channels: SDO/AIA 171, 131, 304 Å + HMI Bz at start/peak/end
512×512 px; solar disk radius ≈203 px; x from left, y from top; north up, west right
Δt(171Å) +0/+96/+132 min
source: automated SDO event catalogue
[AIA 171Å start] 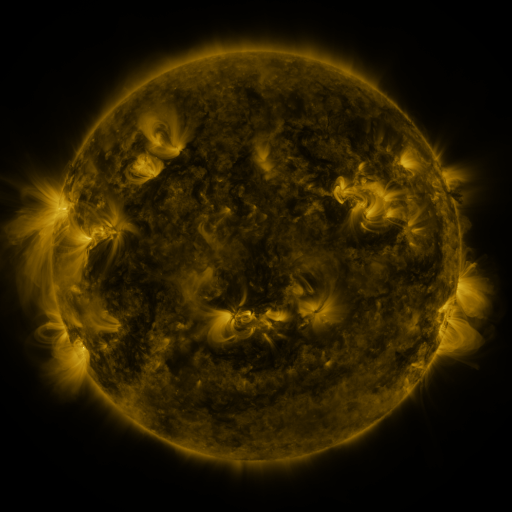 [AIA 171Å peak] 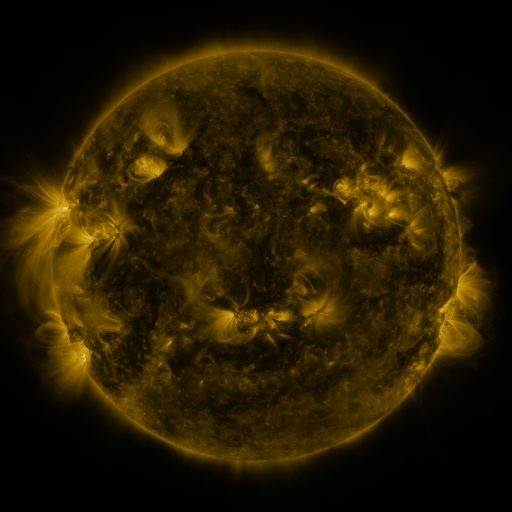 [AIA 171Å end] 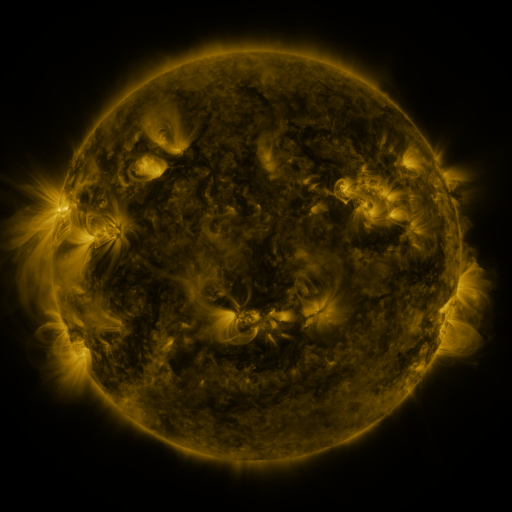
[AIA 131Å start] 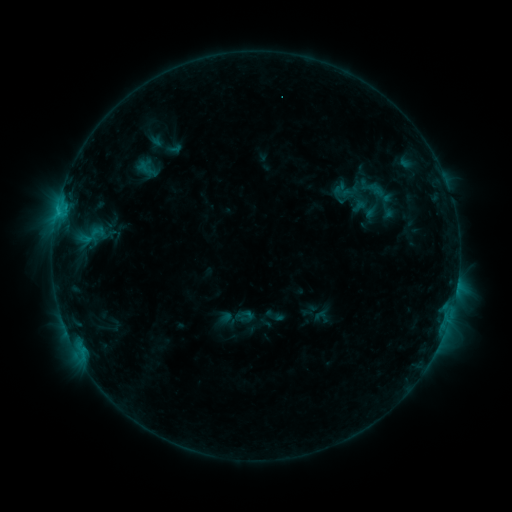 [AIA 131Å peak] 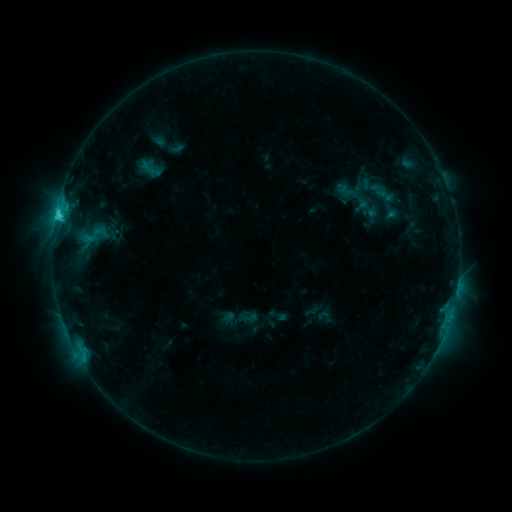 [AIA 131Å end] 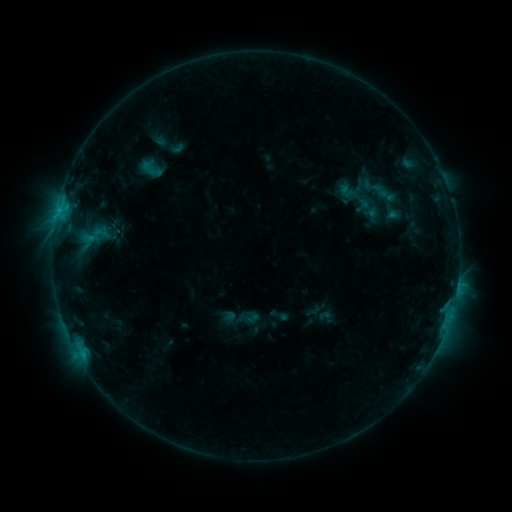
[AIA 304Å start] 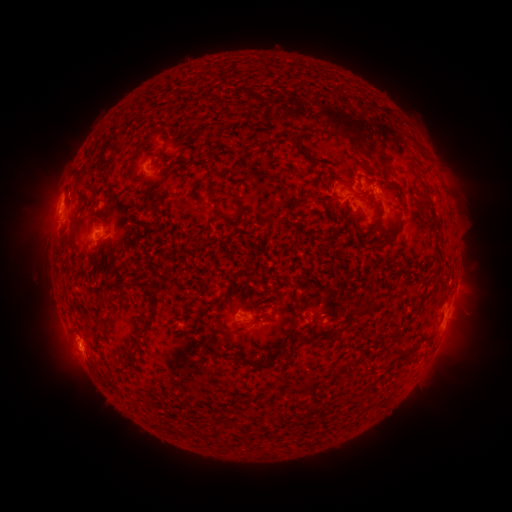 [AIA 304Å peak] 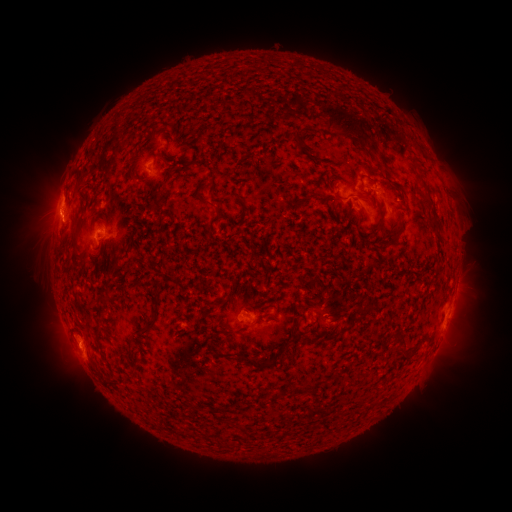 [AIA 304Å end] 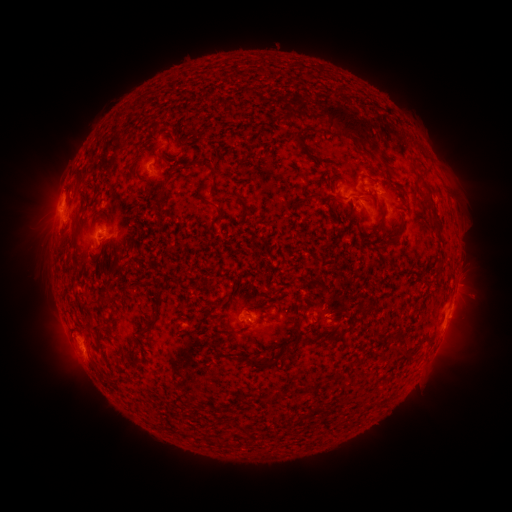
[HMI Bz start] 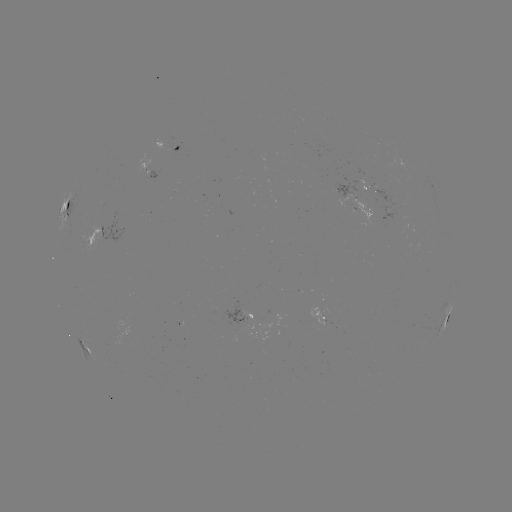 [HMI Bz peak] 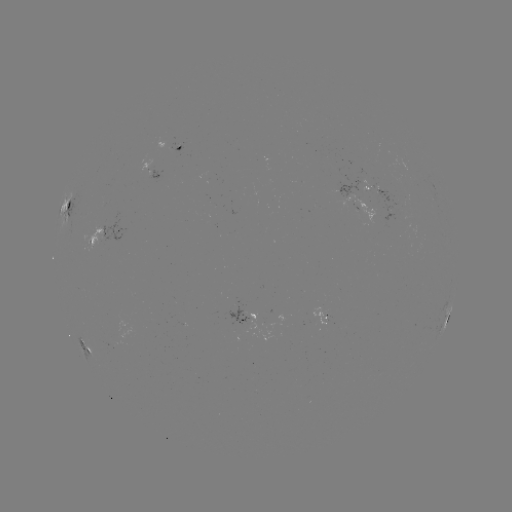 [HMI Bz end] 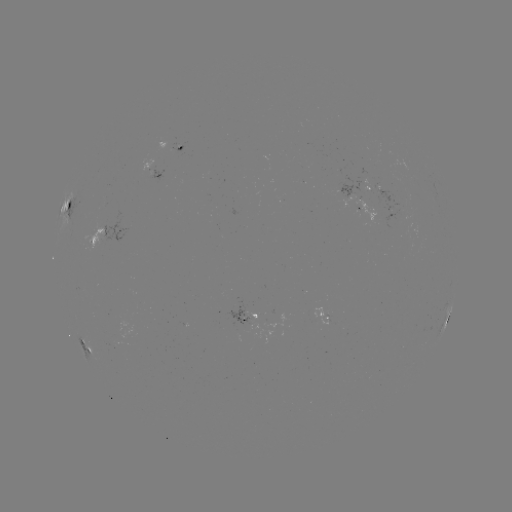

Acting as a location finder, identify emerging-flux region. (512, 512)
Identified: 381,198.